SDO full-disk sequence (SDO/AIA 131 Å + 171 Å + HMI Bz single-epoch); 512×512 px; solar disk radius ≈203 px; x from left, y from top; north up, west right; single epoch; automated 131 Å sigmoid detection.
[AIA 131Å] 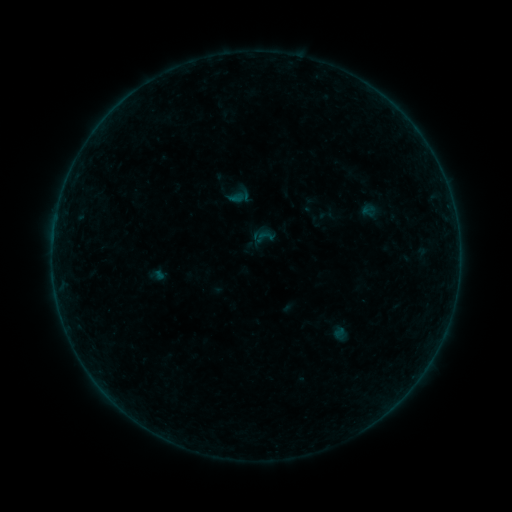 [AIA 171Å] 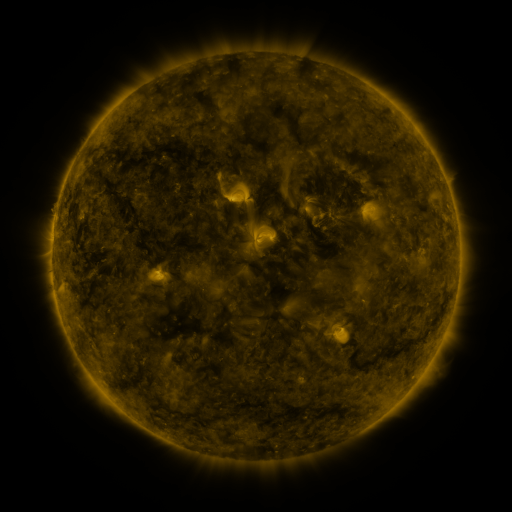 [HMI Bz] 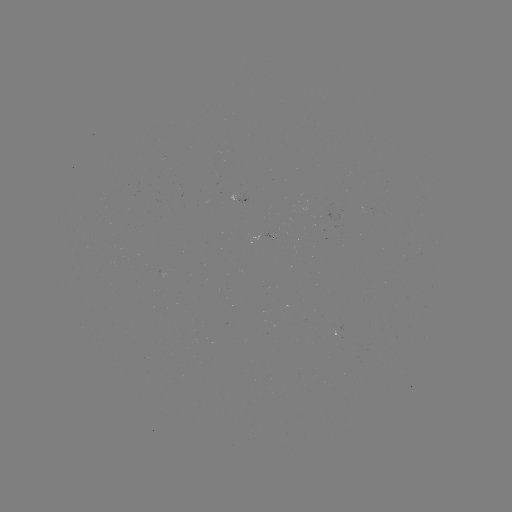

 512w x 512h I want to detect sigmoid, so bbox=[258, 226, 277, 245].